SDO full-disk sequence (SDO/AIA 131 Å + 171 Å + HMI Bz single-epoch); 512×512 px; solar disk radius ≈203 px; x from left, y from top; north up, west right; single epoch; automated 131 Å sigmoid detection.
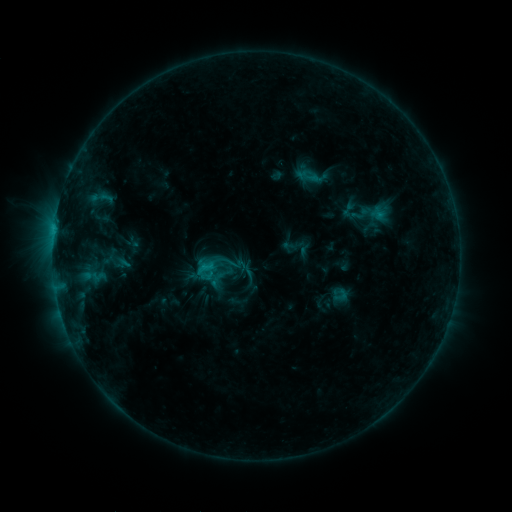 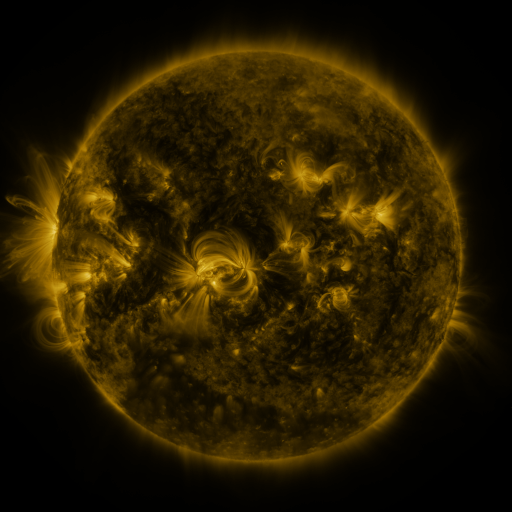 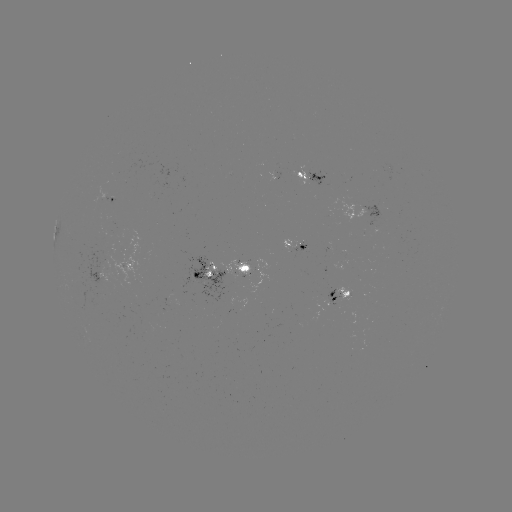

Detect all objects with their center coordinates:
sigmoid: (223, 252, 243, 272)
sigmoid: (333, 287, 349, 303)
